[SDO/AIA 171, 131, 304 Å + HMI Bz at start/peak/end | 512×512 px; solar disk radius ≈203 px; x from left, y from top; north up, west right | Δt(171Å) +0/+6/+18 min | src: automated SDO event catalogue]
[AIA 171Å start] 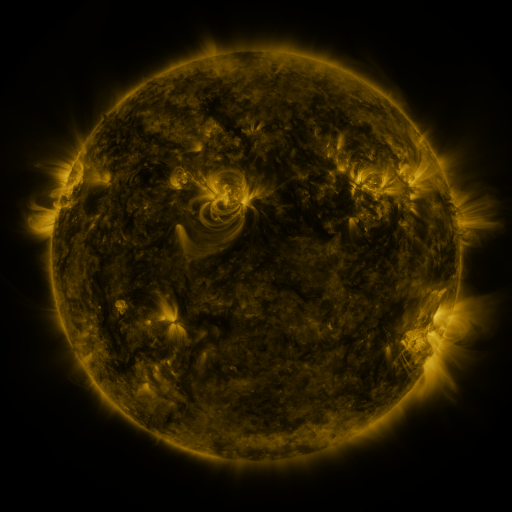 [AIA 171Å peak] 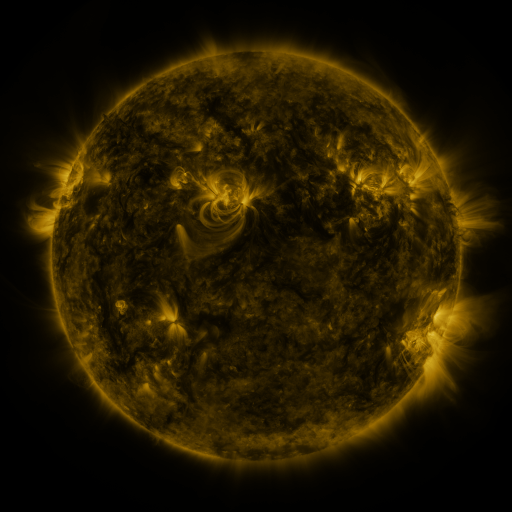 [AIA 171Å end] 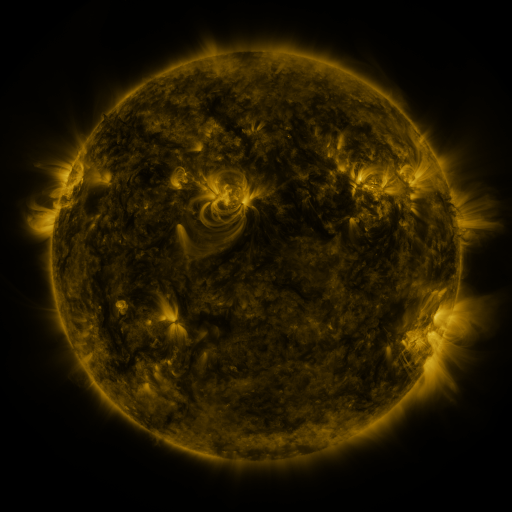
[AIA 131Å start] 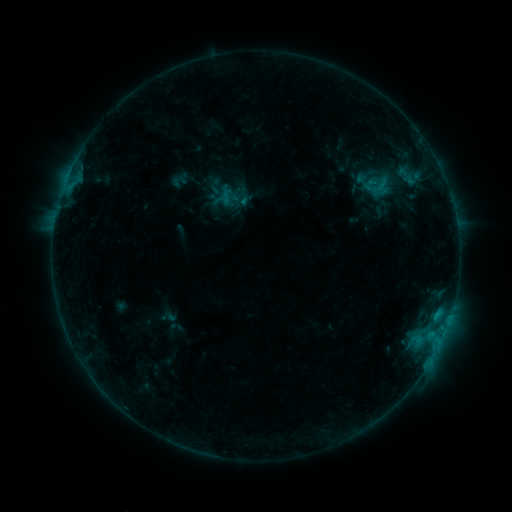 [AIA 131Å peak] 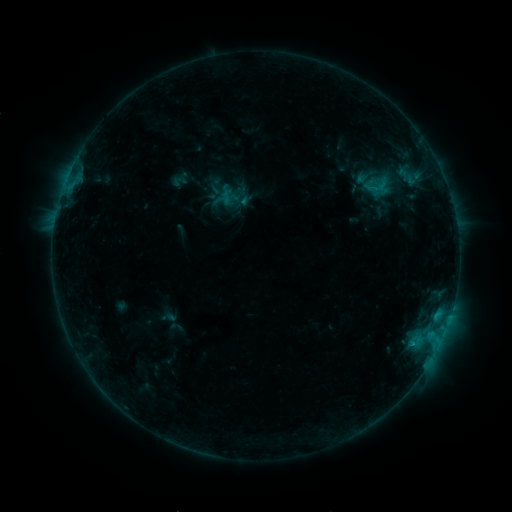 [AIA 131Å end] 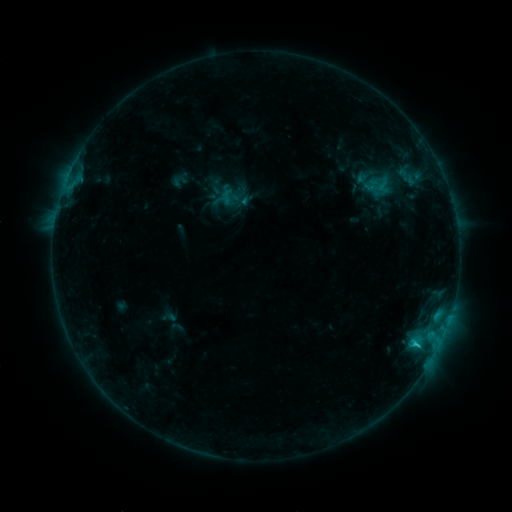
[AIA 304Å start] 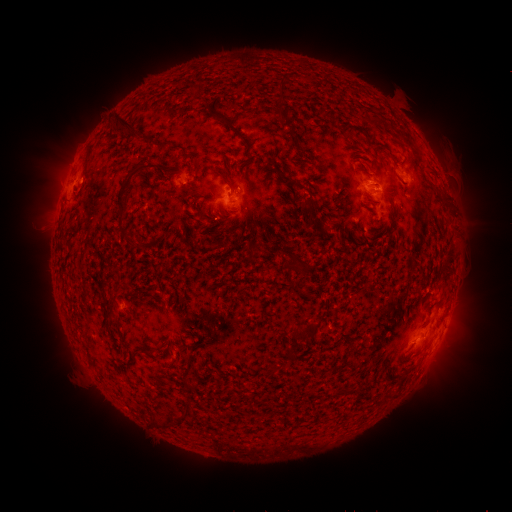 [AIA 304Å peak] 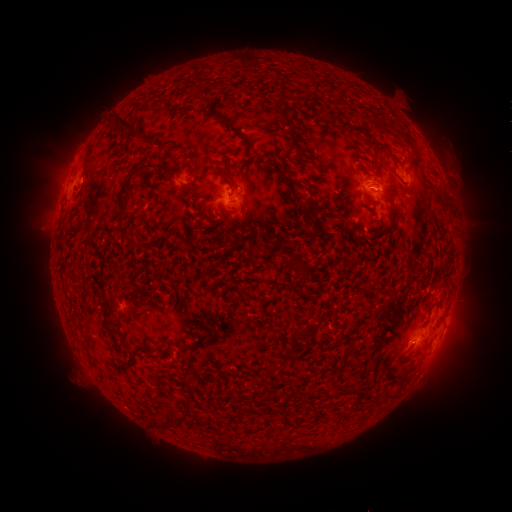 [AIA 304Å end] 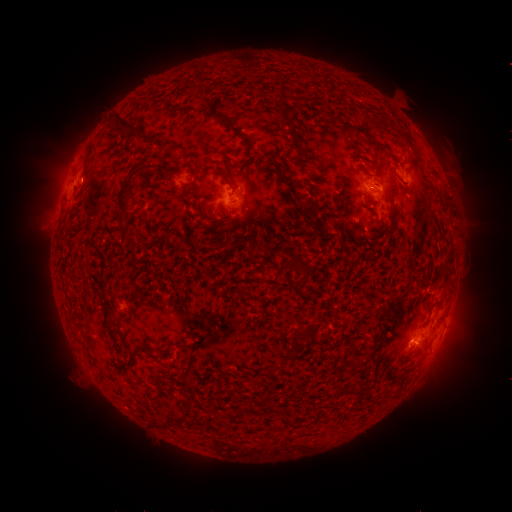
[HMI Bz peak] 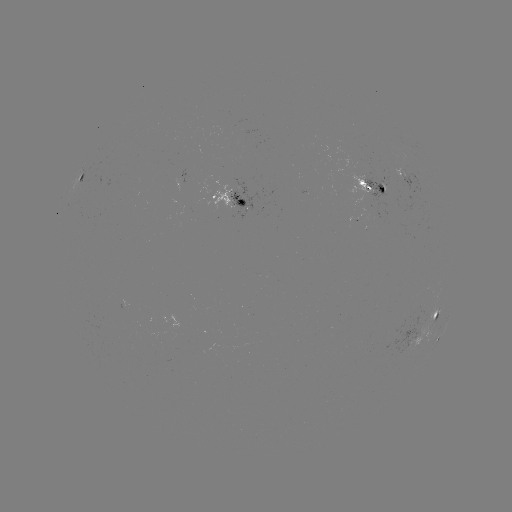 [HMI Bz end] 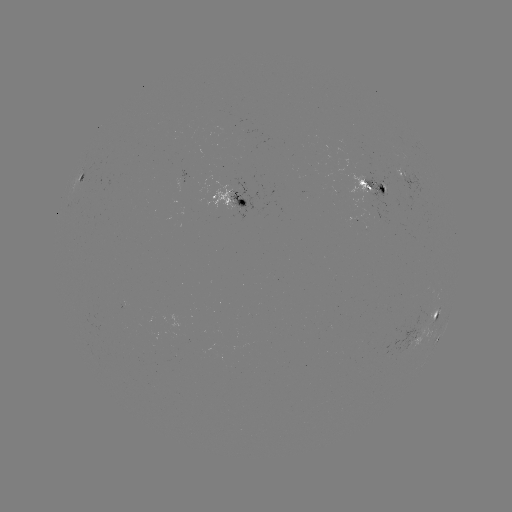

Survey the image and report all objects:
C1.8 flare: (413, 342)
